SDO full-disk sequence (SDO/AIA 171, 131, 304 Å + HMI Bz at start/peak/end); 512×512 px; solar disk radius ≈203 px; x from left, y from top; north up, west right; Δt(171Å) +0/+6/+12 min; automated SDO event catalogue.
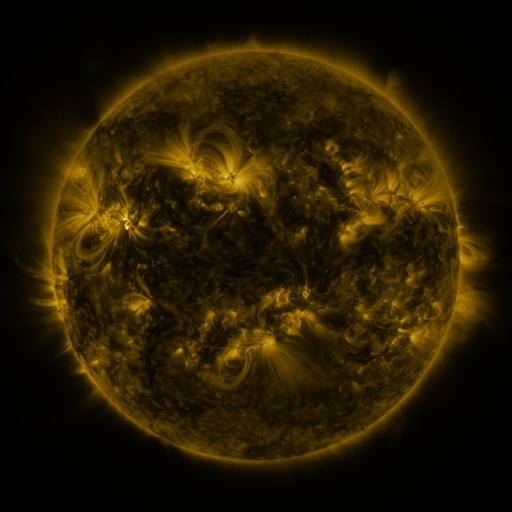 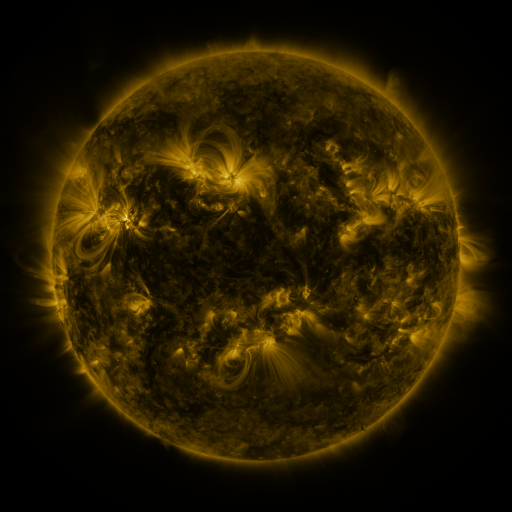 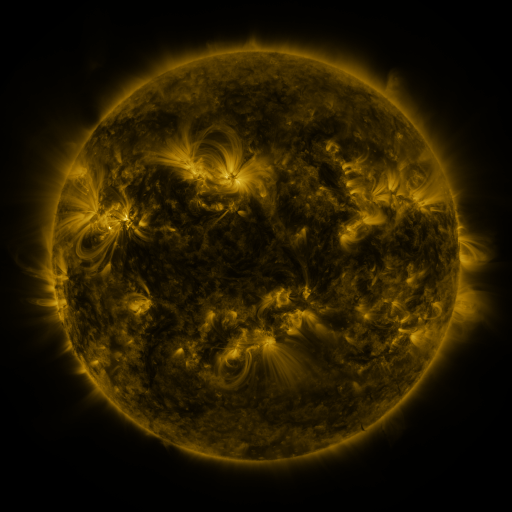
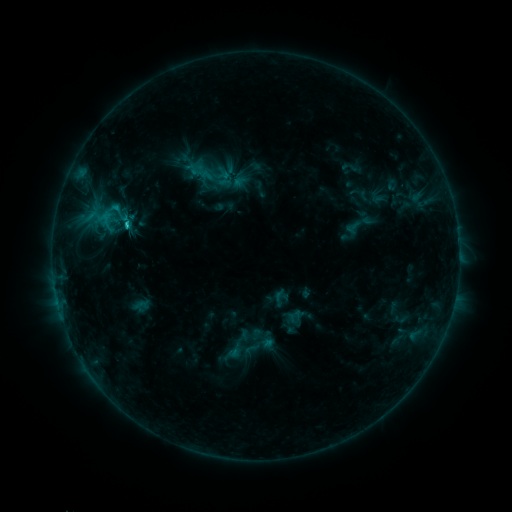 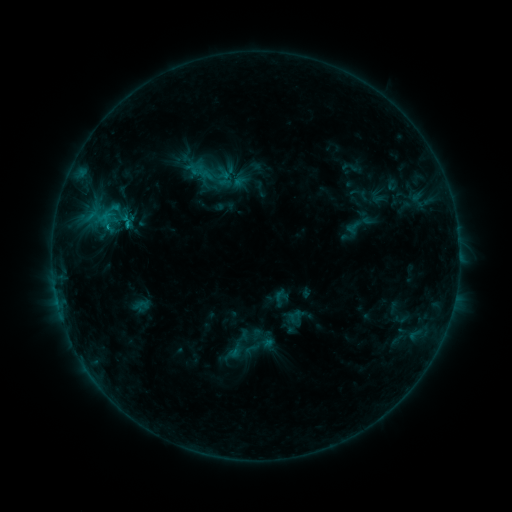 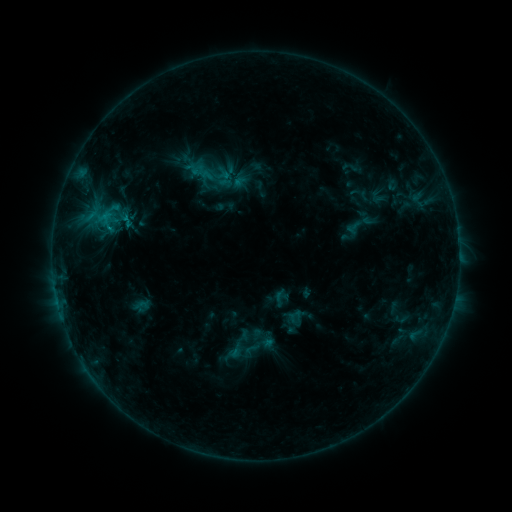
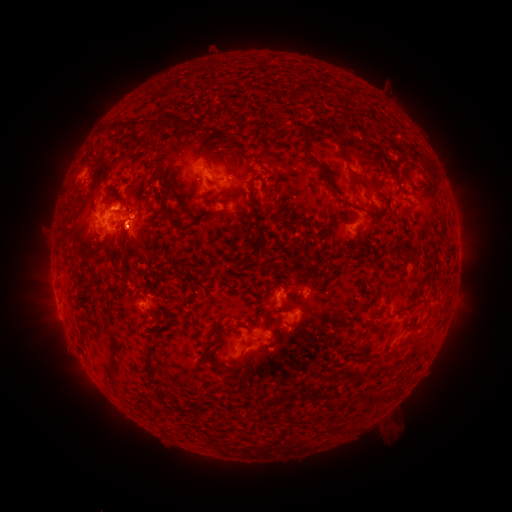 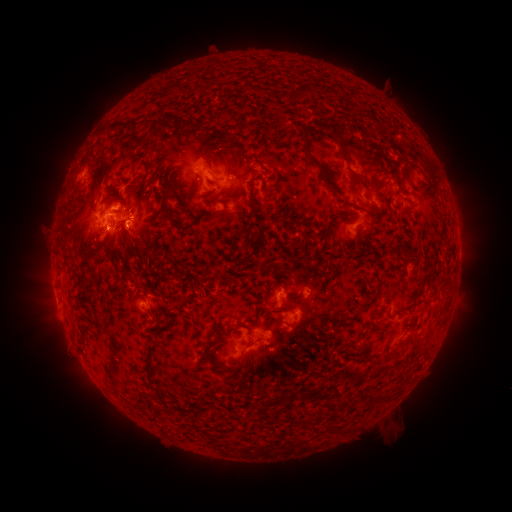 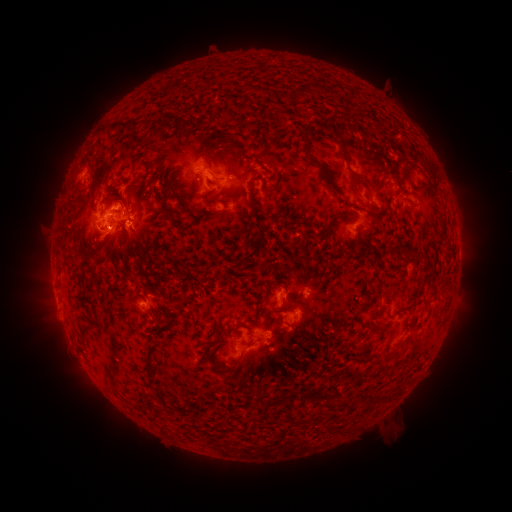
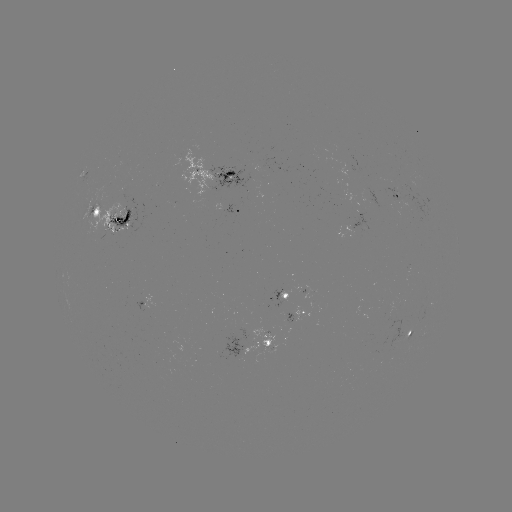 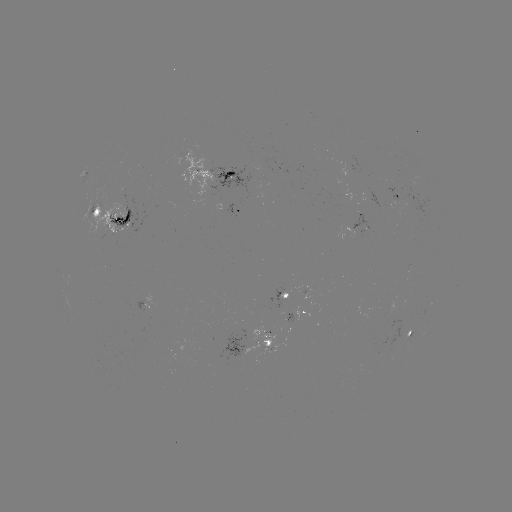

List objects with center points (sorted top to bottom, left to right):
eruption: (143, 232)
